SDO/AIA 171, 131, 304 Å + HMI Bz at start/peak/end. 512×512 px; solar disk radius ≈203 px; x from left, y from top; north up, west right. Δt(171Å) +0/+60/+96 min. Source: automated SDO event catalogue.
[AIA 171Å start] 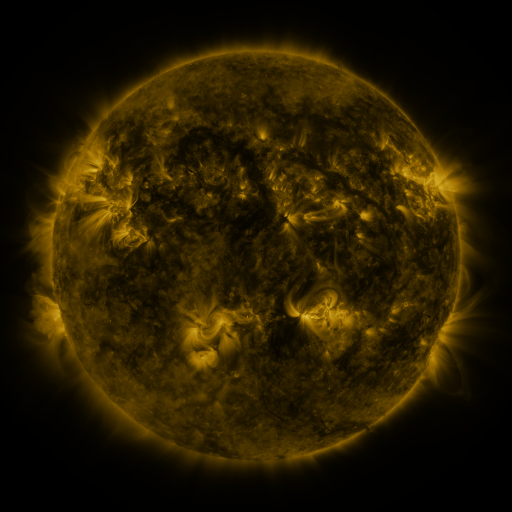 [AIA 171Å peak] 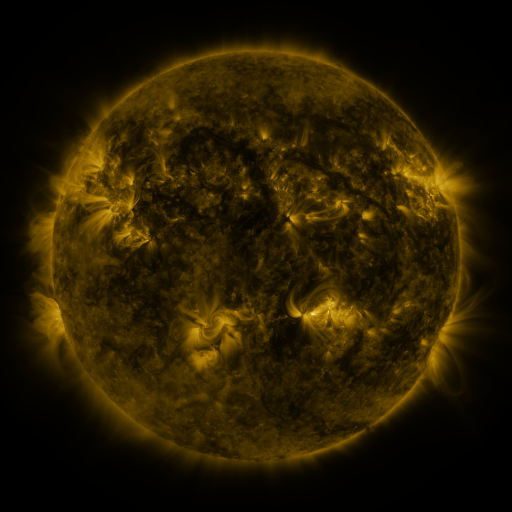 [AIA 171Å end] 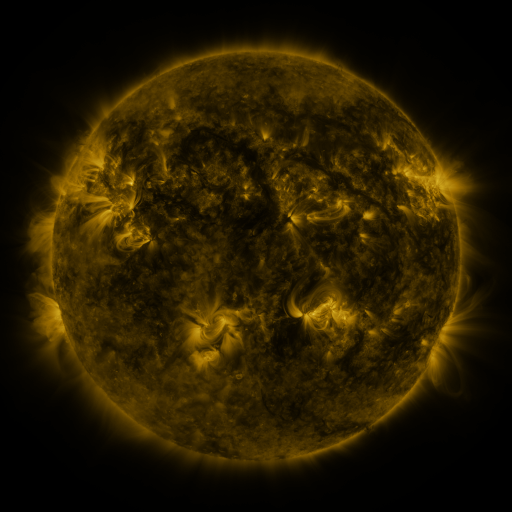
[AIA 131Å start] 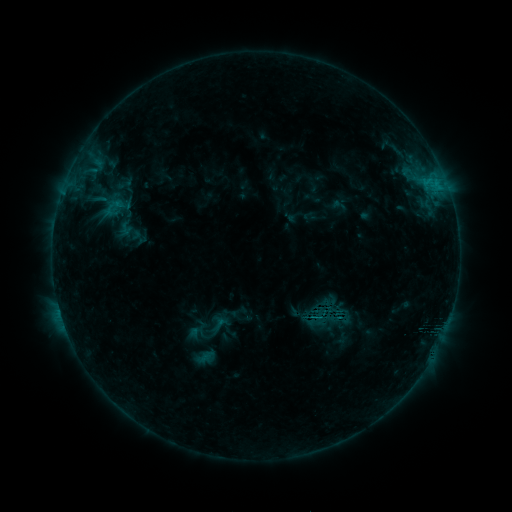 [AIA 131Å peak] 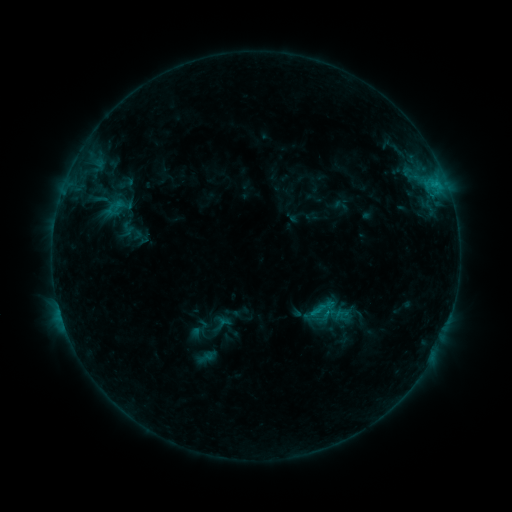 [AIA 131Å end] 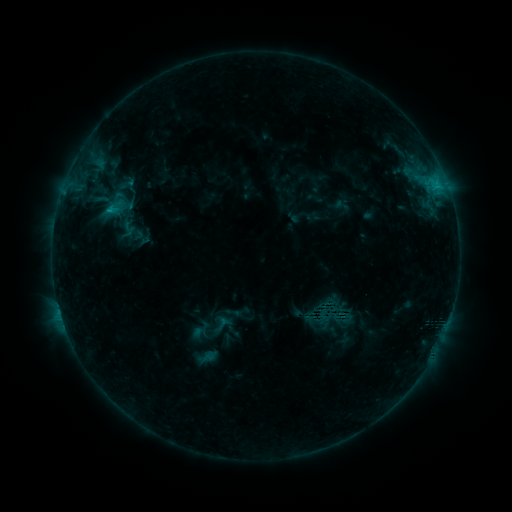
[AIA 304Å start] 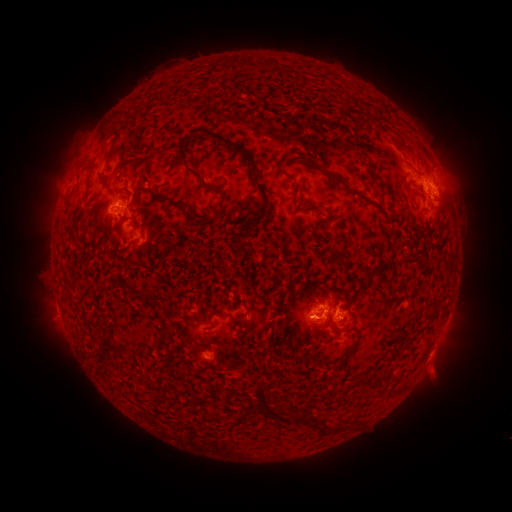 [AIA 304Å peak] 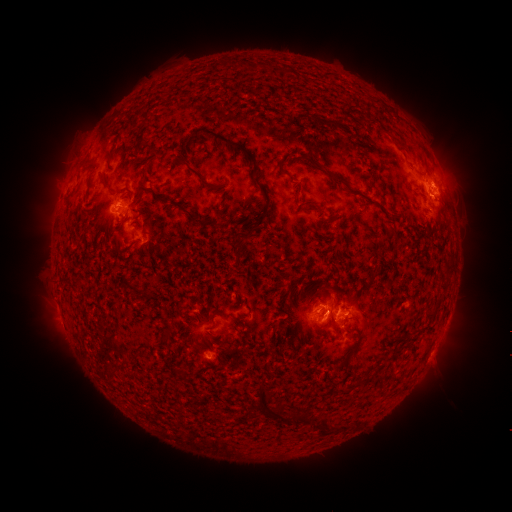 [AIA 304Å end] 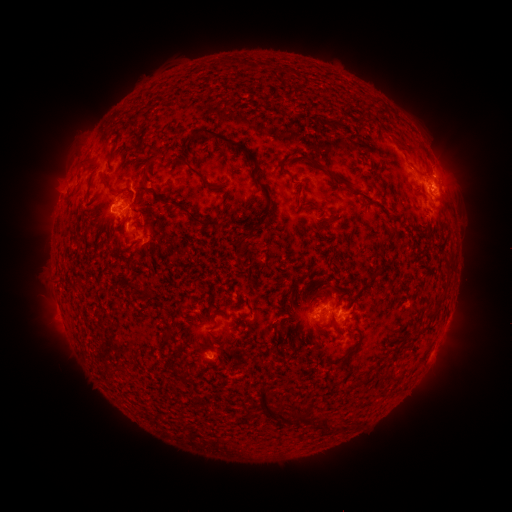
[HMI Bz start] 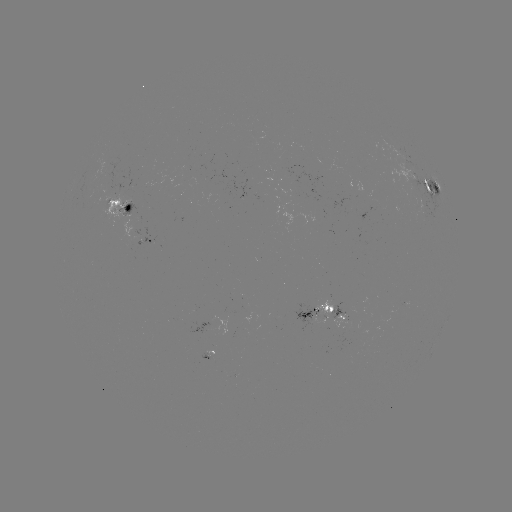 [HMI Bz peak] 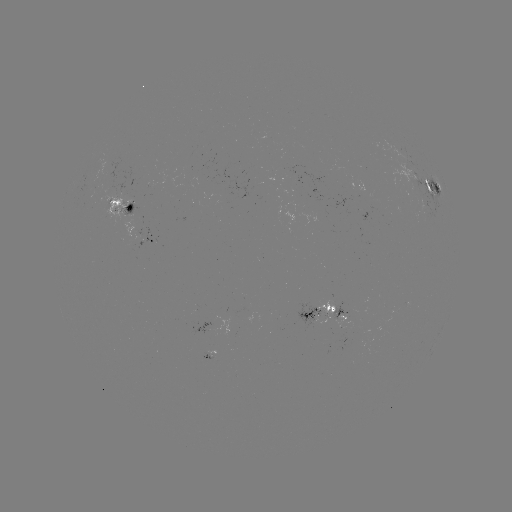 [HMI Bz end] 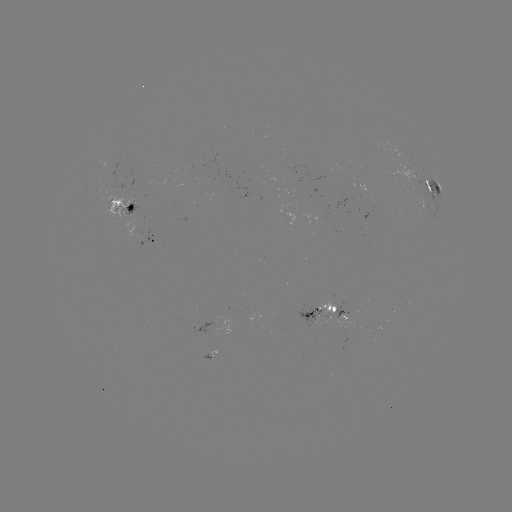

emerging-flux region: <bbox>101, 192, 132, 221</bbox>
